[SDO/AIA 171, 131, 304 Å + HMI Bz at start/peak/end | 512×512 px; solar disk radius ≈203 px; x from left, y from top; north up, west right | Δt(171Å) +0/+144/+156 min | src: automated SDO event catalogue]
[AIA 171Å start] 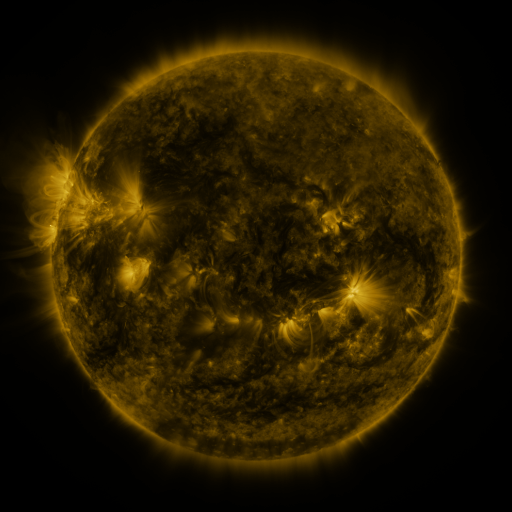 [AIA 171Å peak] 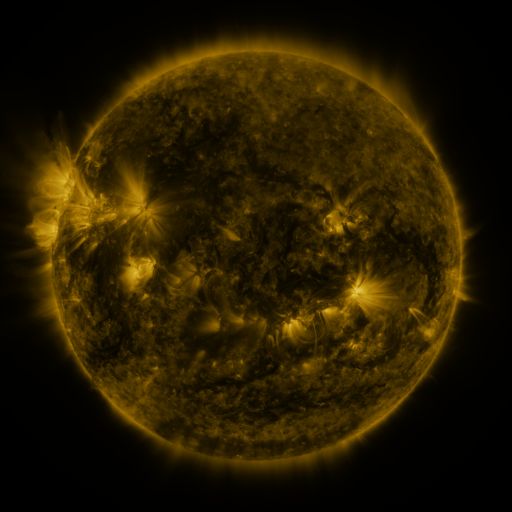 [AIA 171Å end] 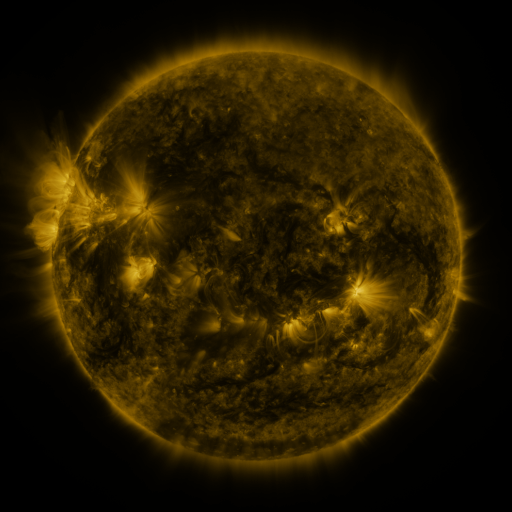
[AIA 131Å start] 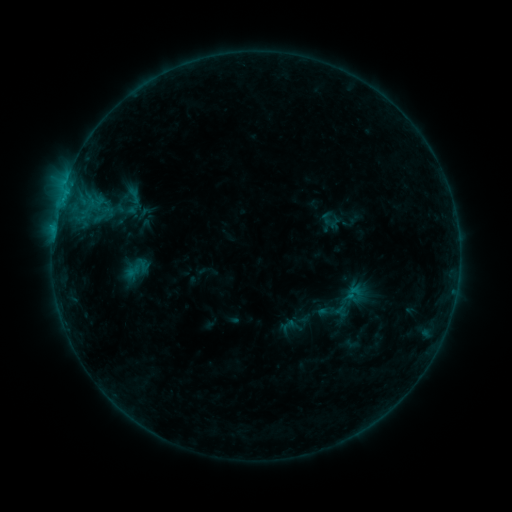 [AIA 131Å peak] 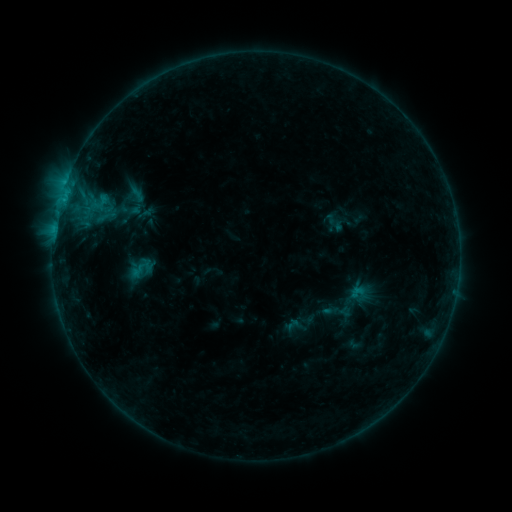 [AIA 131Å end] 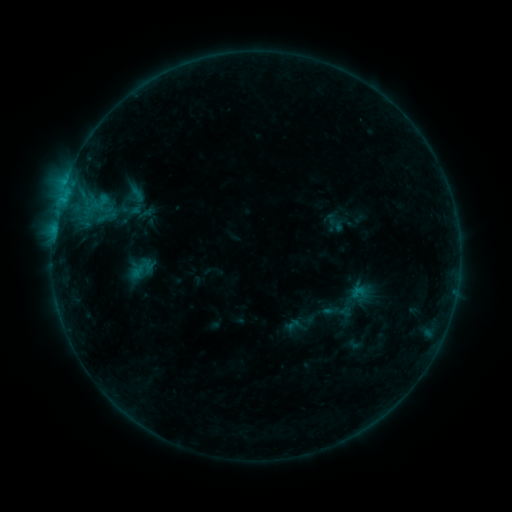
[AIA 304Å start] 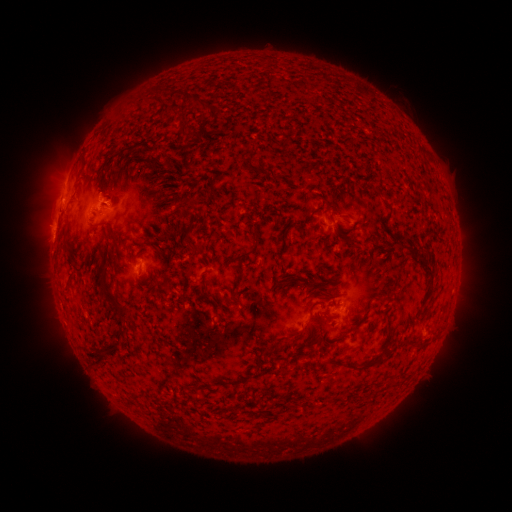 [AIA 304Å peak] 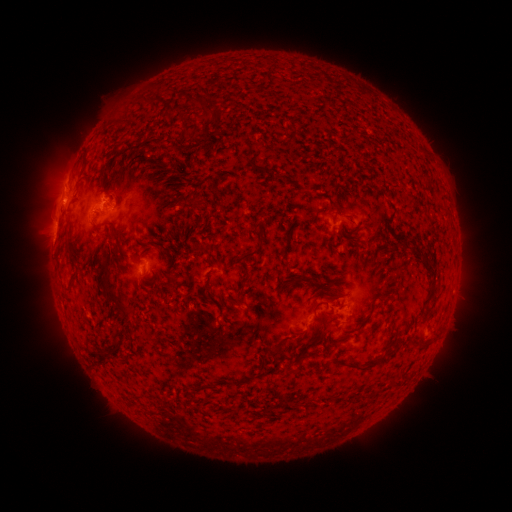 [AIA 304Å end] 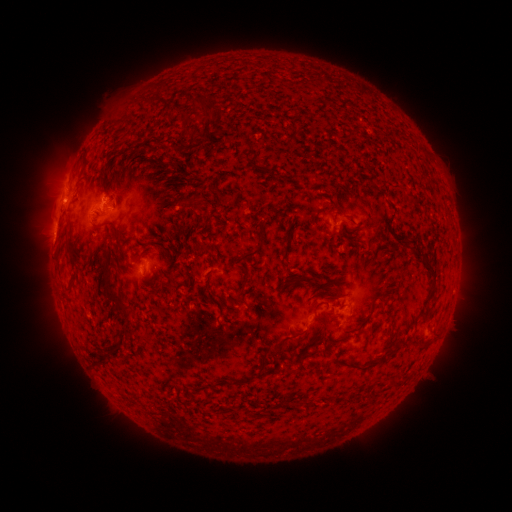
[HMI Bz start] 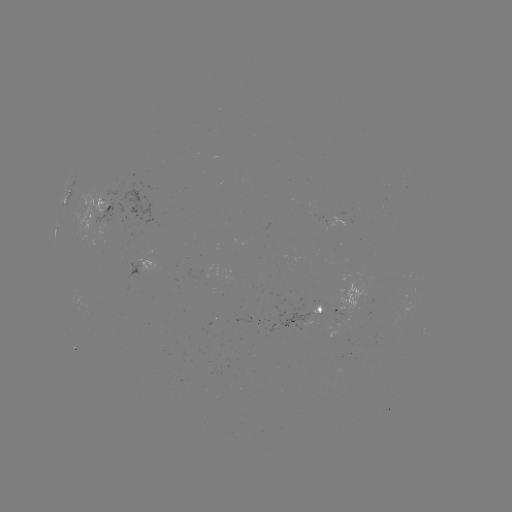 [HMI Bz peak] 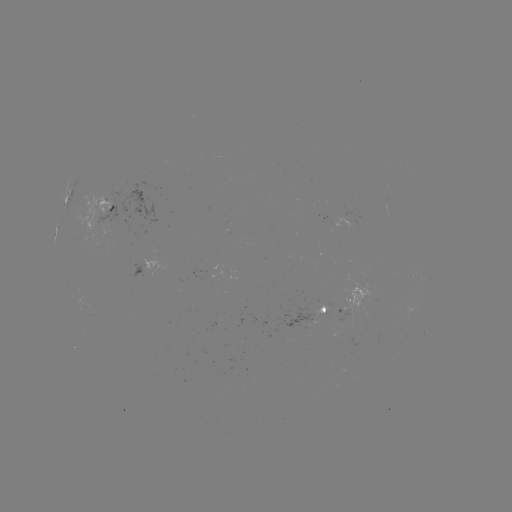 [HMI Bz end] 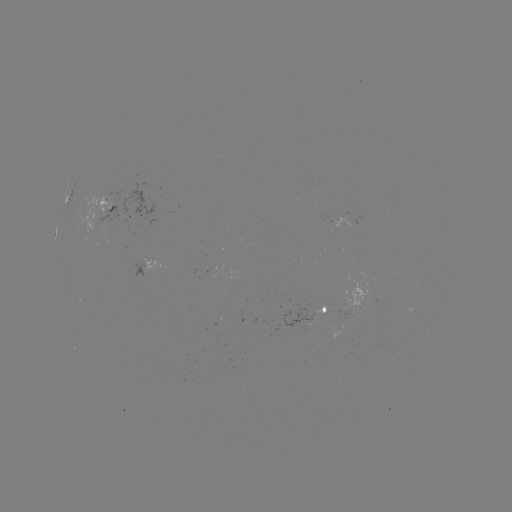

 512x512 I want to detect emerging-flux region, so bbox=[81, 189, 113, 236].